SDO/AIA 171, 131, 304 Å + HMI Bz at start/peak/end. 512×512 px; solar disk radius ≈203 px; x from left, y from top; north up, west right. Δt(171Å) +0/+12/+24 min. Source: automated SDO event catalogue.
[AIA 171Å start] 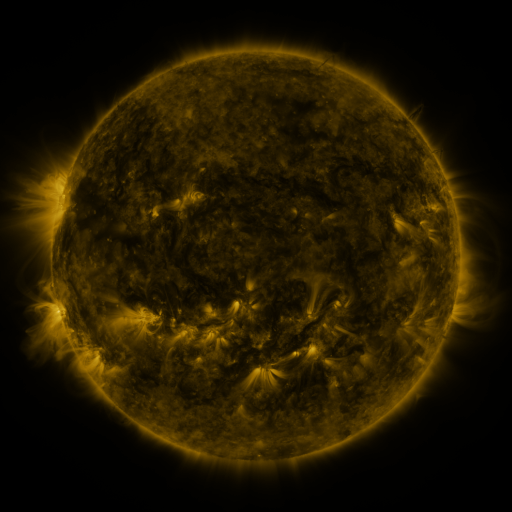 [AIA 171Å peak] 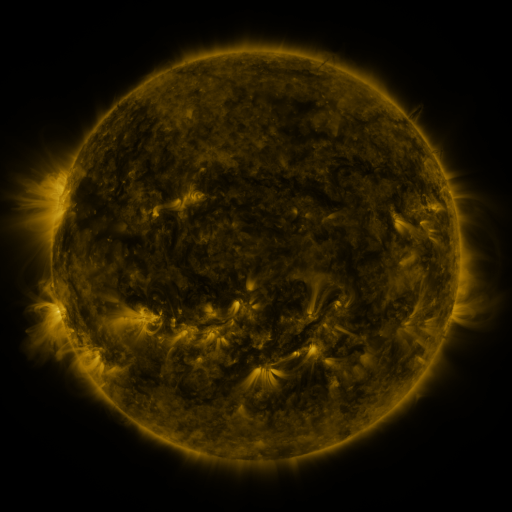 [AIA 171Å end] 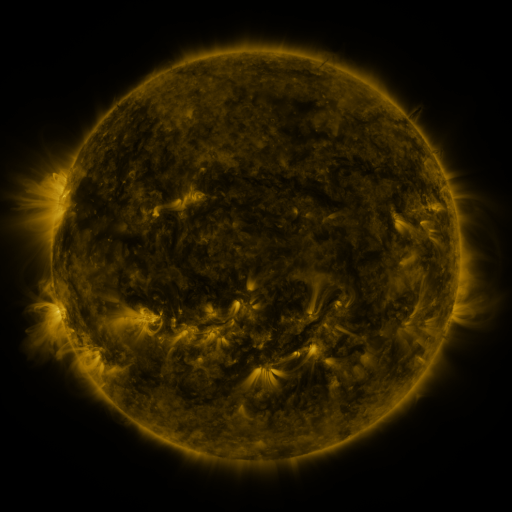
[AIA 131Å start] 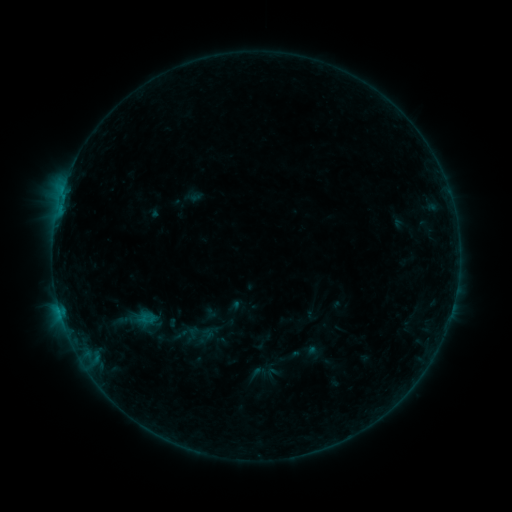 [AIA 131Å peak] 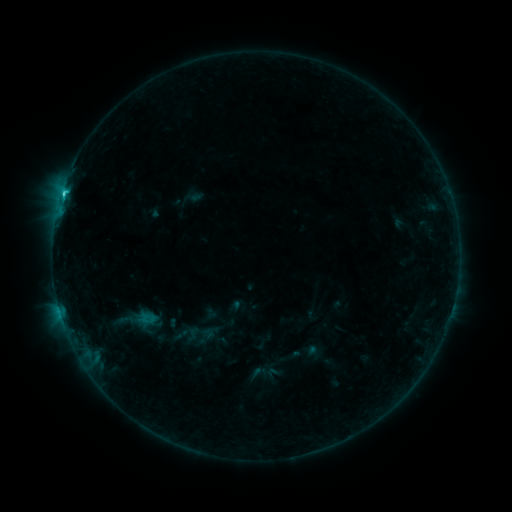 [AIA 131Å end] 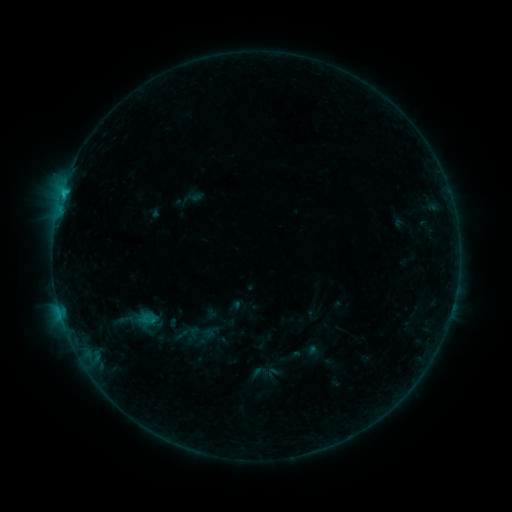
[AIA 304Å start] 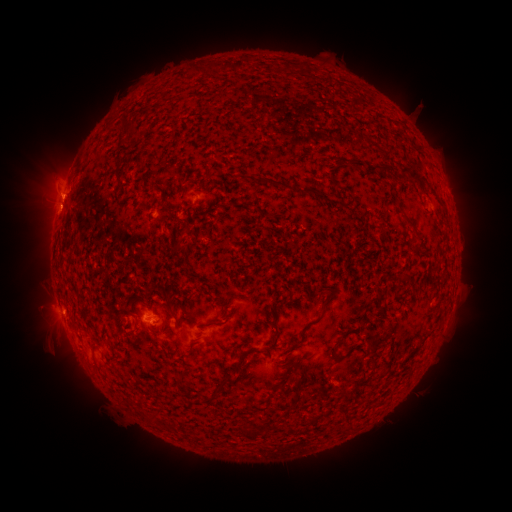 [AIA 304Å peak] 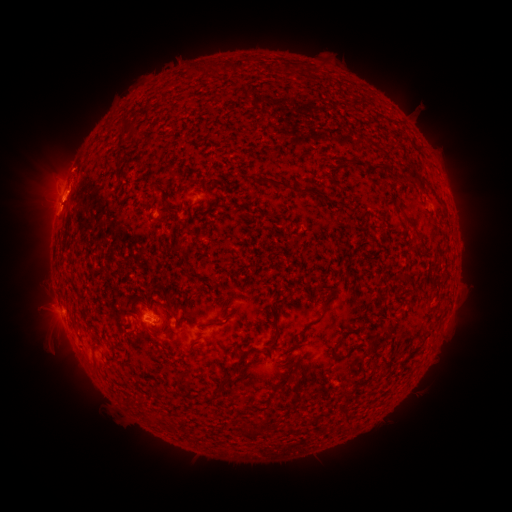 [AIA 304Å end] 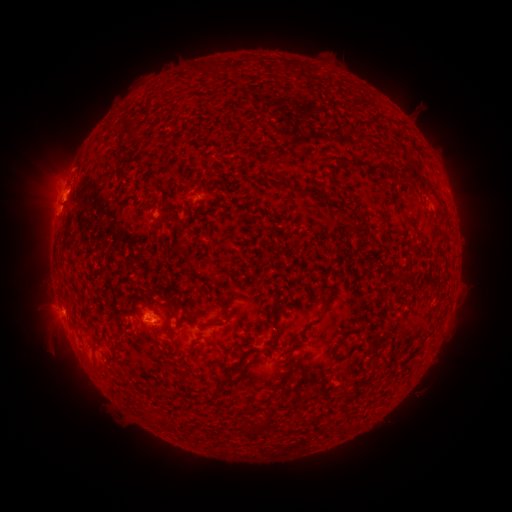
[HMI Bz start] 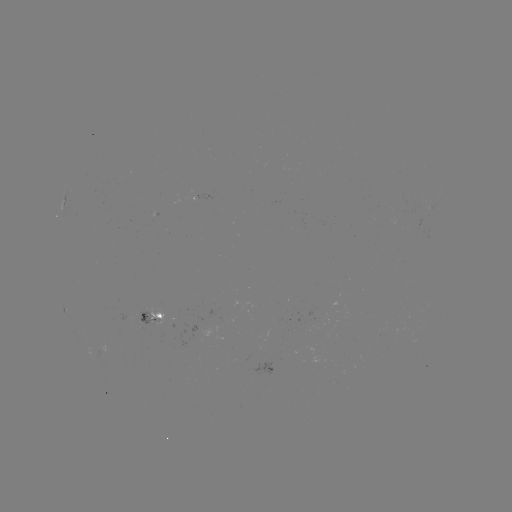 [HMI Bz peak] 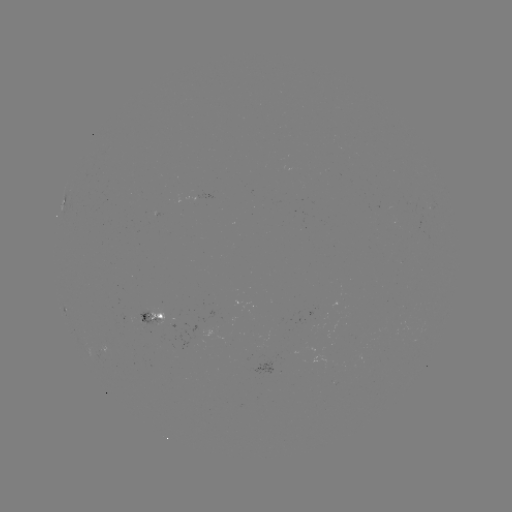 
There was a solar flare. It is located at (64, 194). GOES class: C1.3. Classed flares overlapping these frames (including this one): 1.